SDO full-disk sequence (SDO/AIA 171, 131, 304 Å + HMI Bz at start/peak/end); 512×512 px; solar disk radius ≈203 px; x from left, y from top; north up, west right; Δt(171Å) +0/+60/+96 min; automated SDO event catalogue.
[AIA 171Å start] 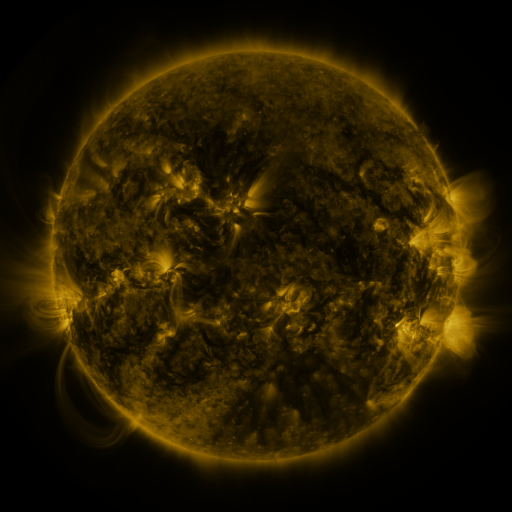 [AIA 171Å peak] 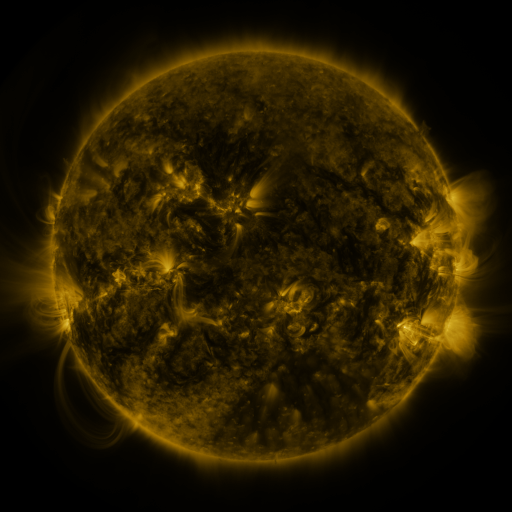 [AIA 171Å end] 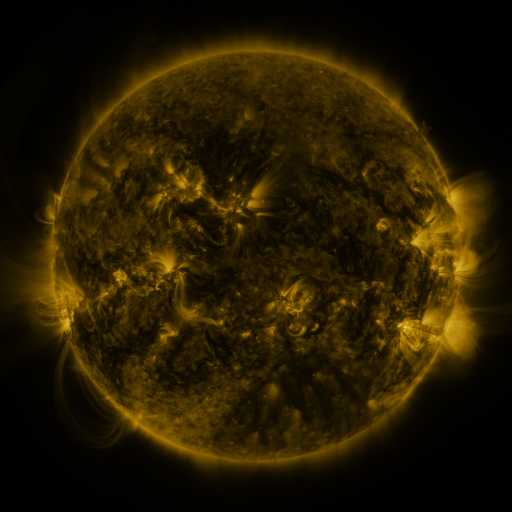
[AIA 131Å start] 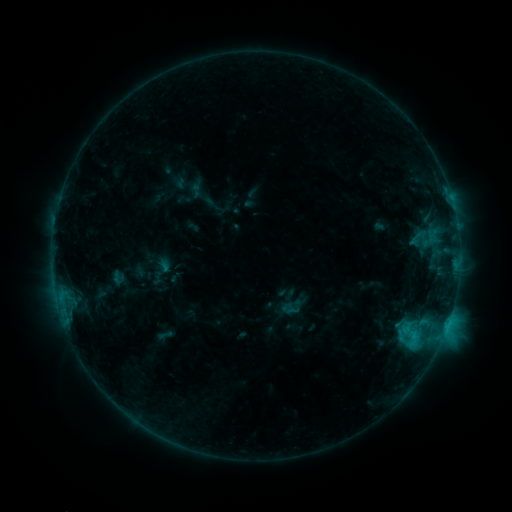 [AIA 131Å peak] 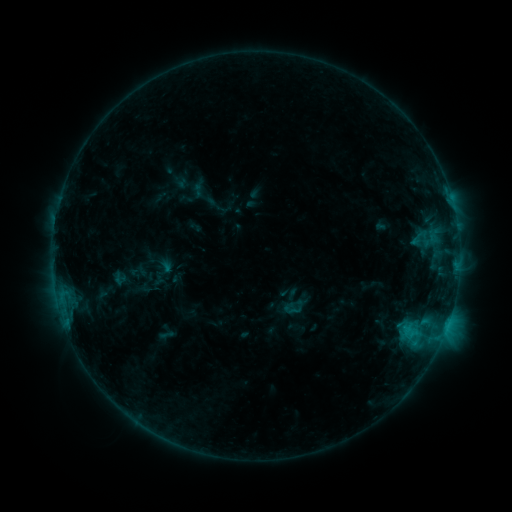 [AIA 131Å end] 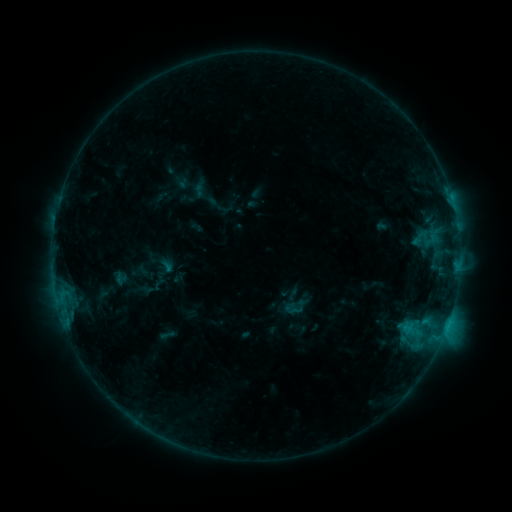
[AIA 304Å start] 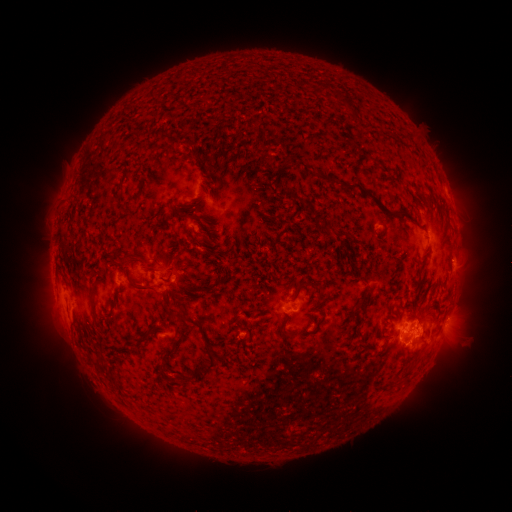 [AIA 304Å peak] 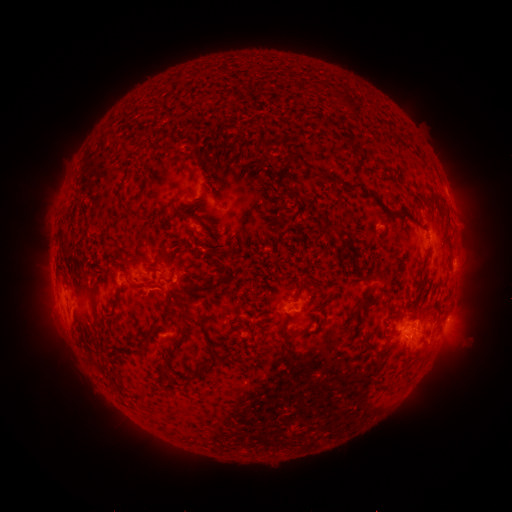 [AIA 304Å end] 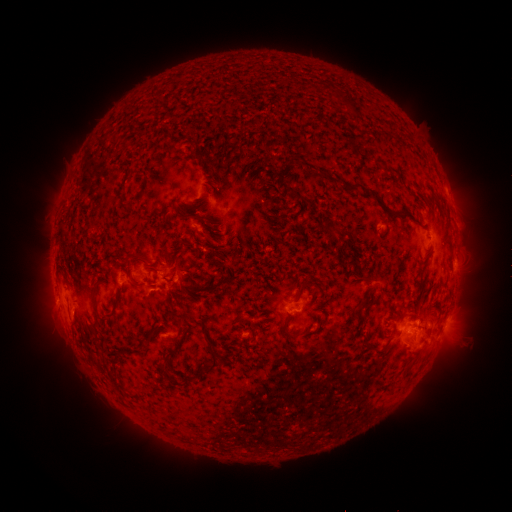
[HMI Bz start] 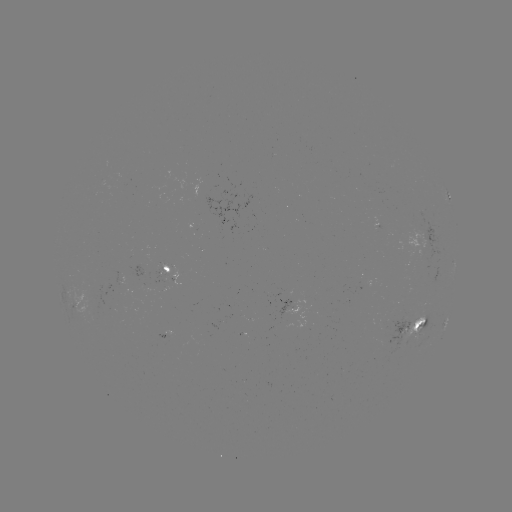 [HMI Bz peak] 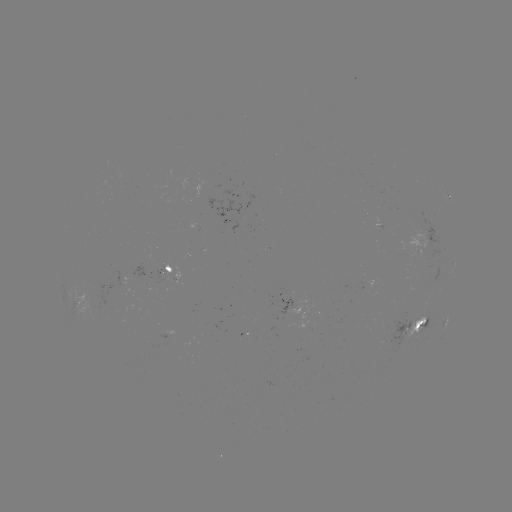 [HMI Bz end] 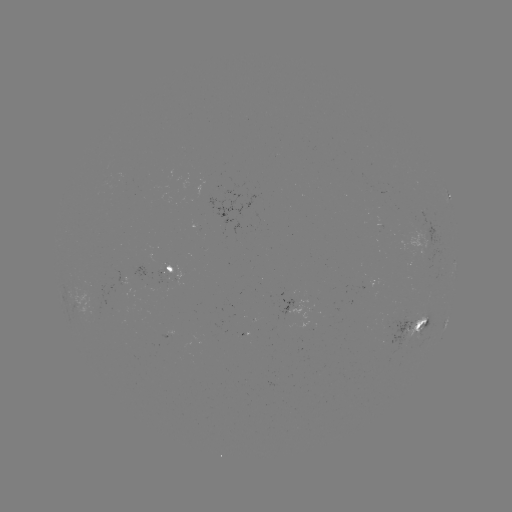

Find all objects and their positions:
emerging-flux region: (164, 282)
